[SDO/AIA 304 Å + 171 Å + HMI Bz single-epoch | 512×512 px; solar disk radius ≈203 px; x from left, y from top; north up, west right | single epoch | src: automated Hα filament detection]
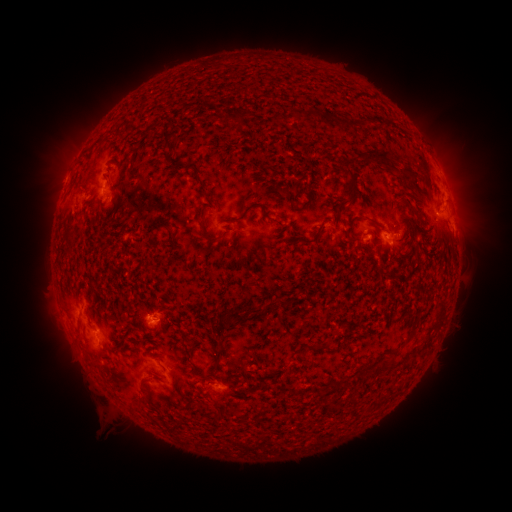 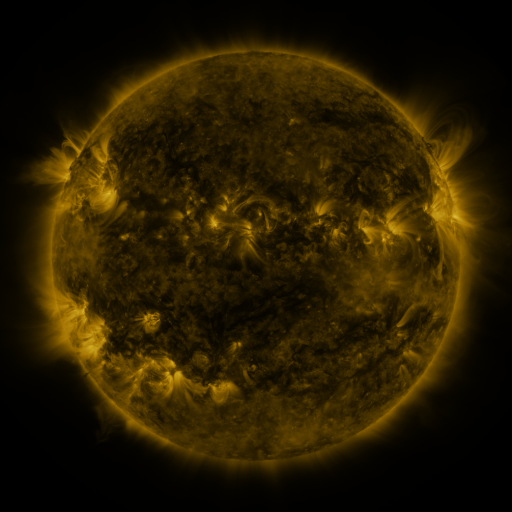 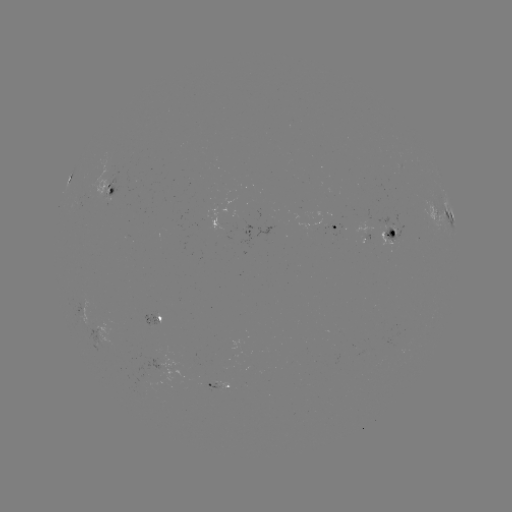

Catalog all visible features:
filament: [234, 107, 252, 119]
filament: [305, 108, 321, 121]
filament: [160, 129, 173, 151]
filament: [360, 150, 388, 164]
filament: [345, 168, 355, 199]
filament: [196, 176, 205, 189]
filament: [198, 216, 221, 243]
filament: [162, 223, 172, 232]
filament: [297, 237, 312, 245]
filament: [413, 250, 421, 264]
filament: [217, 309, 239, 322]
filament: [212, 348, 222, 363]
